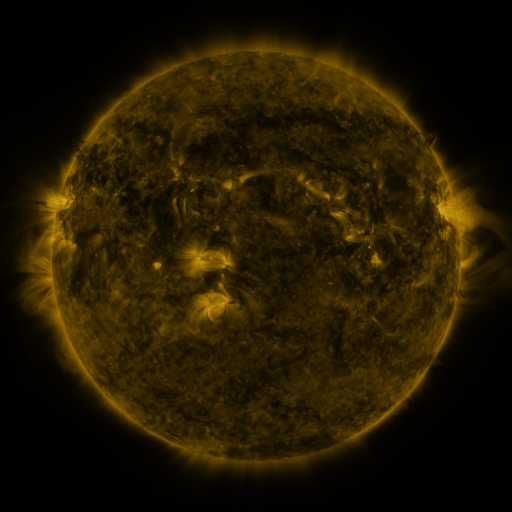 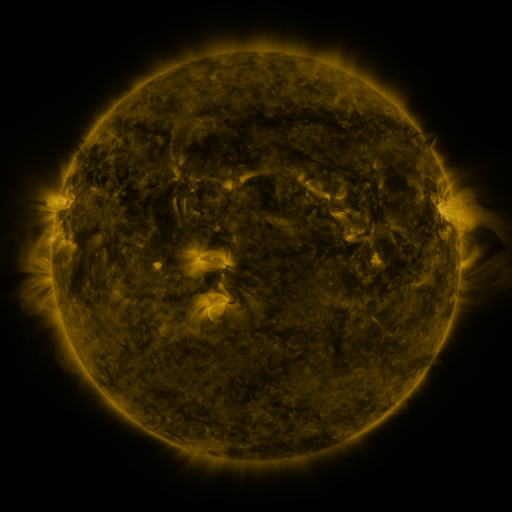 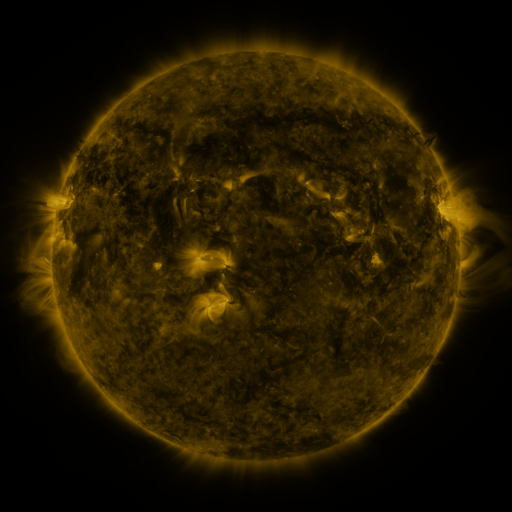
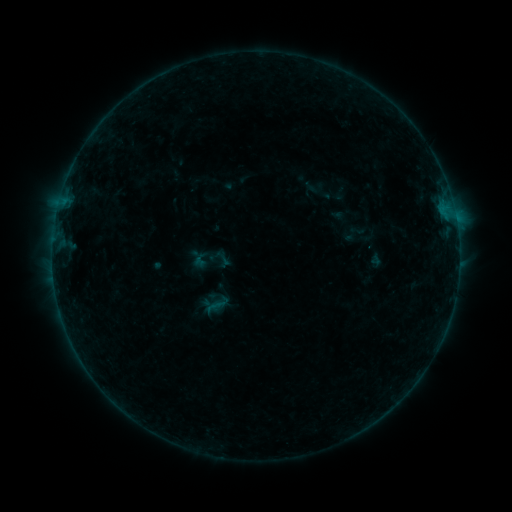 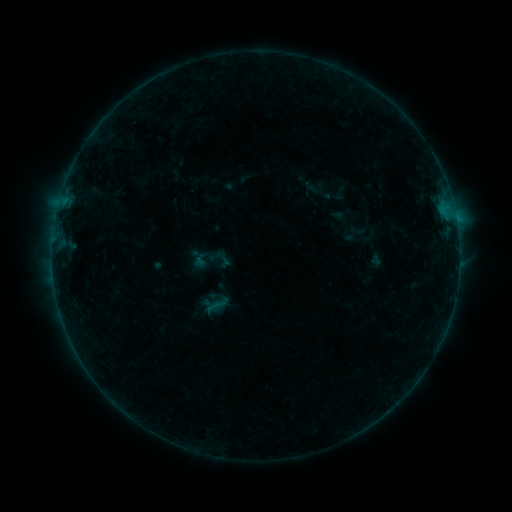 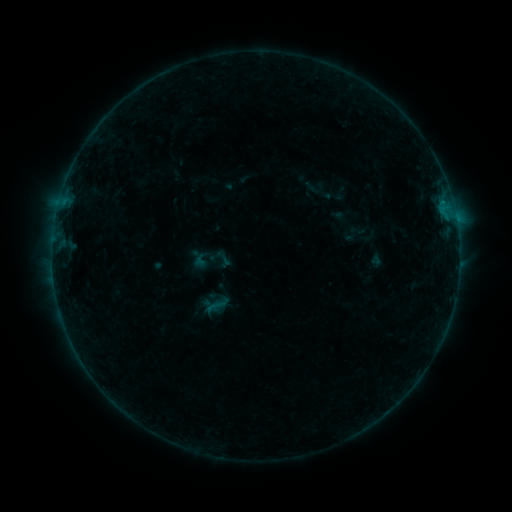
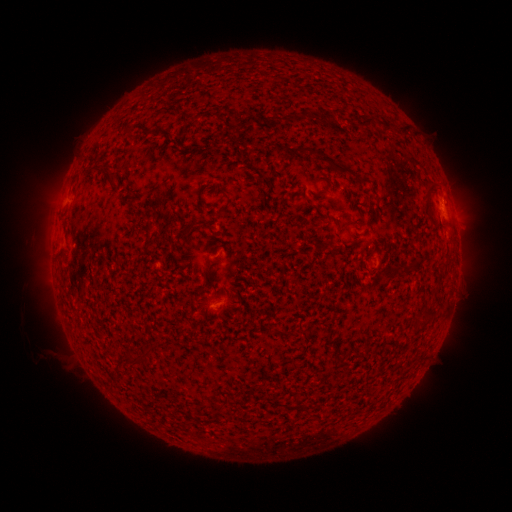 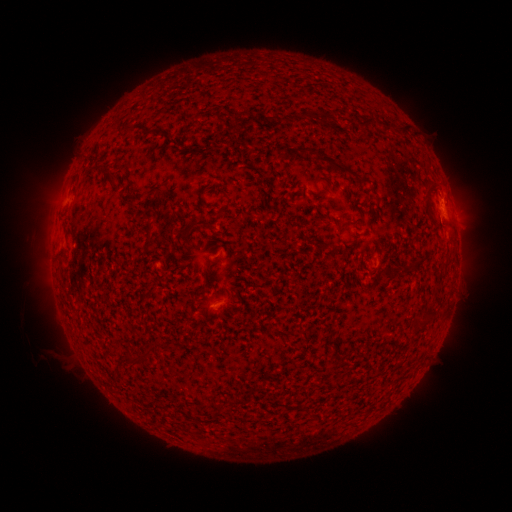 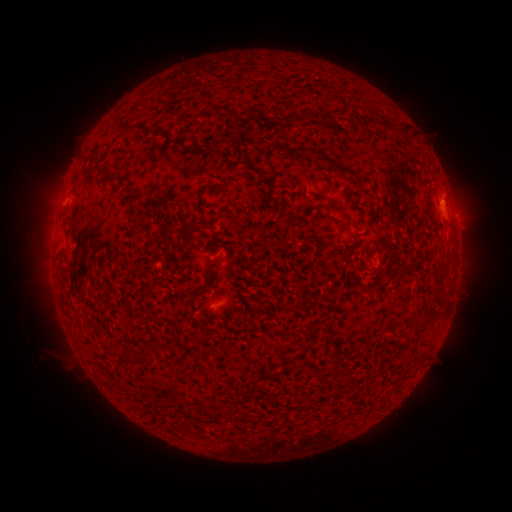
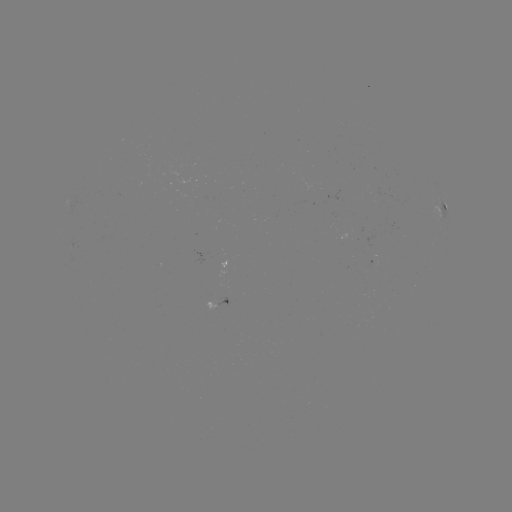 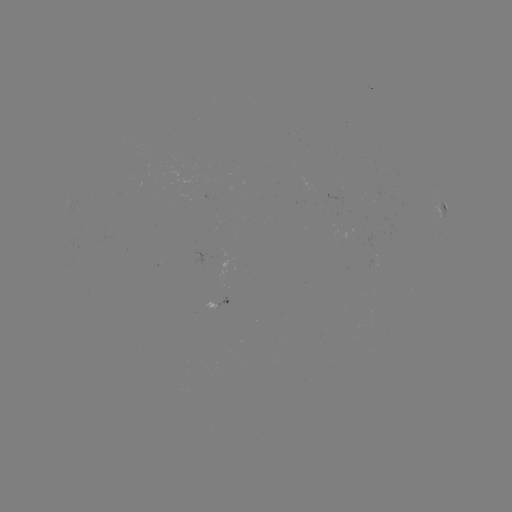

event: flare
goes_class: B1.7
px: (441, 202)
